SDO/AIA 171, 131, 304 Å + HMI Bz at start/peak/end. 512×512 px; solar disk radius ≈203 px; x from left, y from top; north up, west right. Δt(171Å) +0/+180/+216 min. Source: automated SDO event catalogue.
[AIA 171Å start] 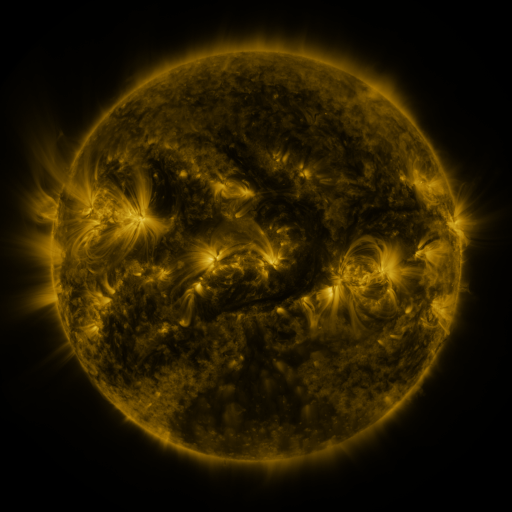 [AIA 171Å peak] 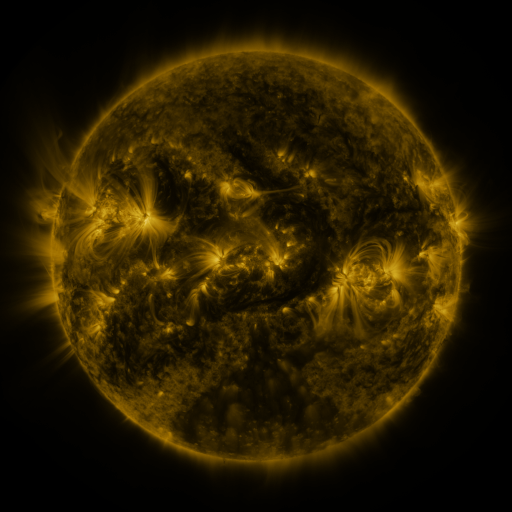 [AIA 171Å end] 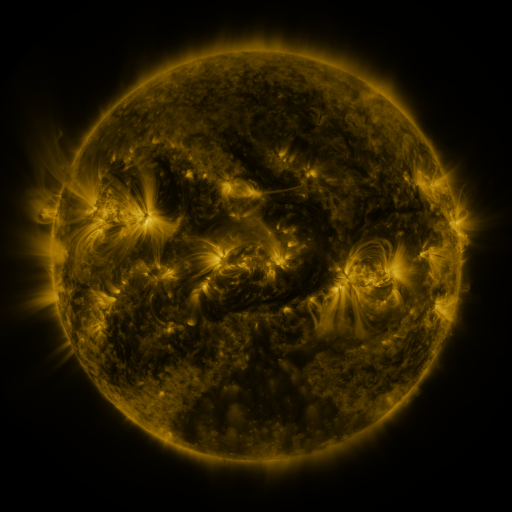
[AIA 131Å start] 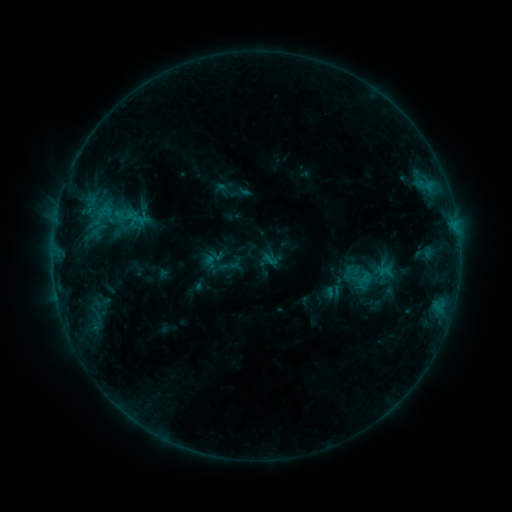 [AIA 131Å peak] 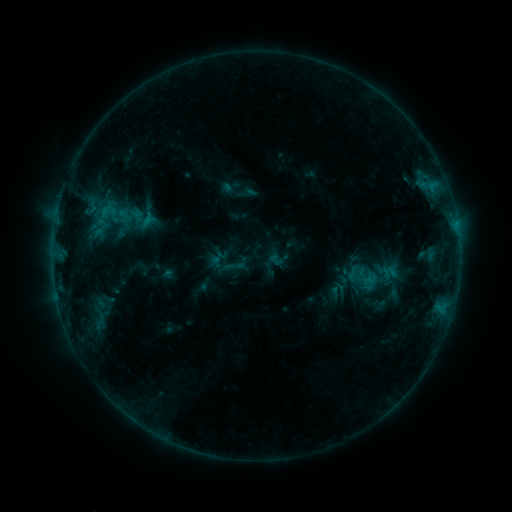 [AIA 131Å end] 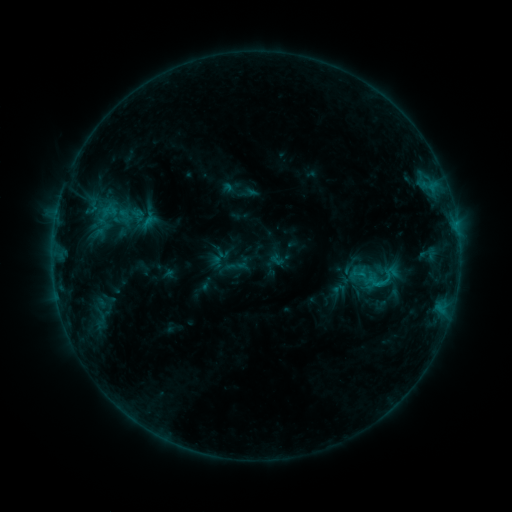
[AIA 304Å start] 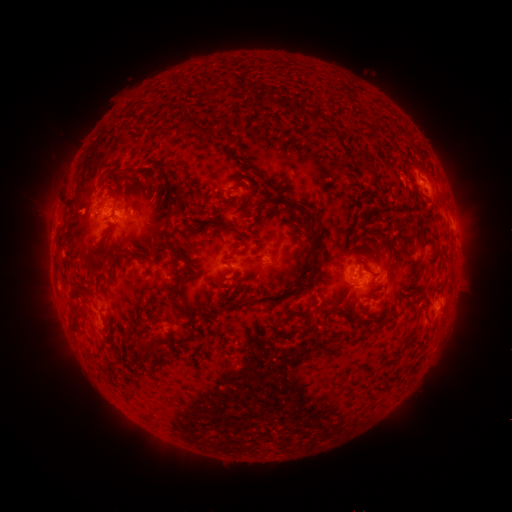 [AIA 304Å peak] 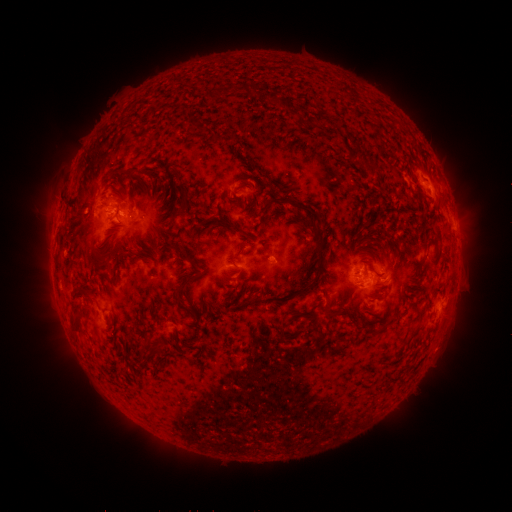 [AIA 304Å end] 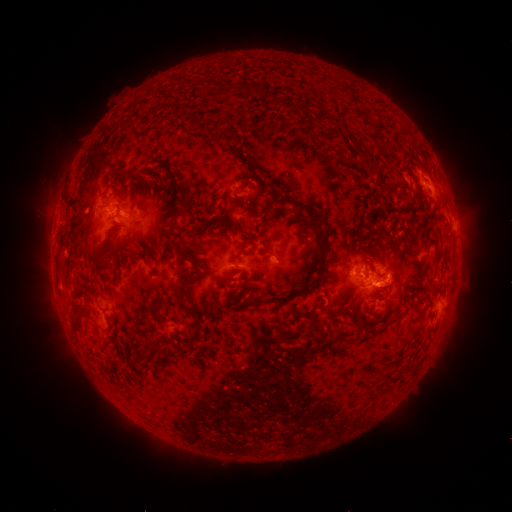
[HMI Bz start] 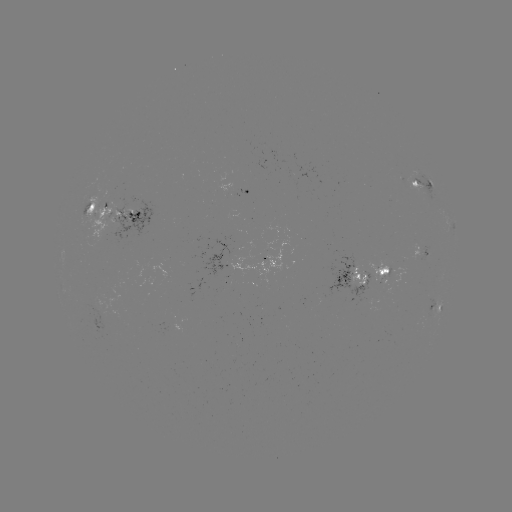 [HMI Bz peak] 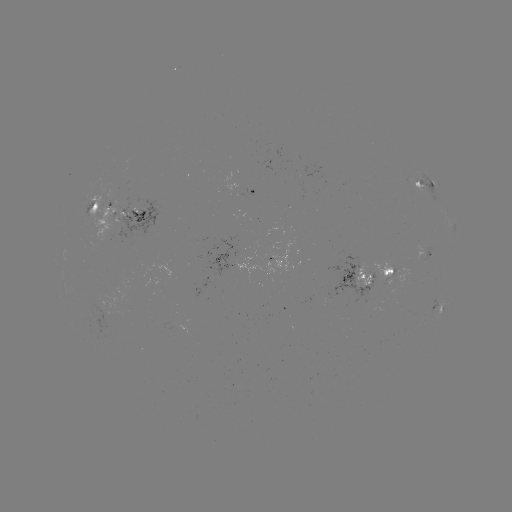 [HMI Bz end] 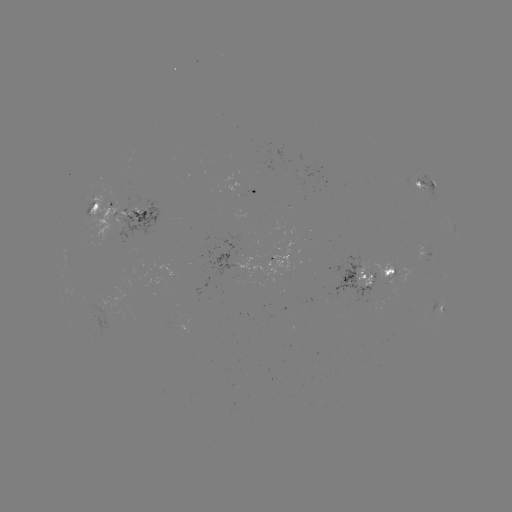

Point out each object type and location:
emerging-flux region: (386, 278)
